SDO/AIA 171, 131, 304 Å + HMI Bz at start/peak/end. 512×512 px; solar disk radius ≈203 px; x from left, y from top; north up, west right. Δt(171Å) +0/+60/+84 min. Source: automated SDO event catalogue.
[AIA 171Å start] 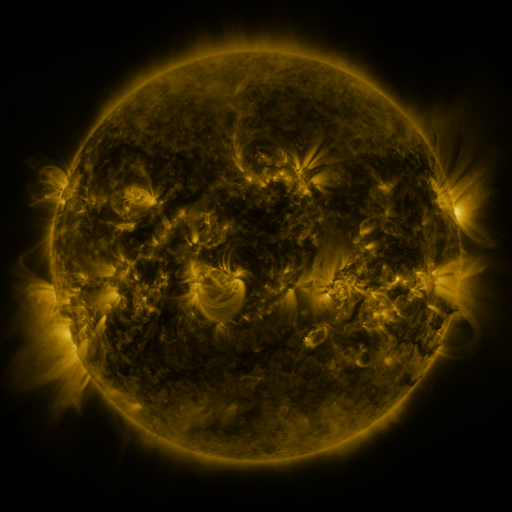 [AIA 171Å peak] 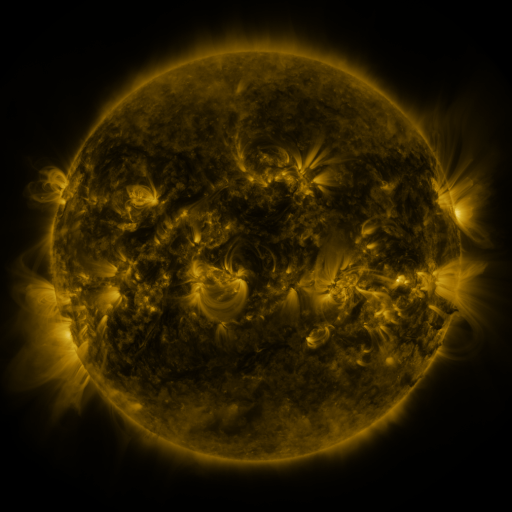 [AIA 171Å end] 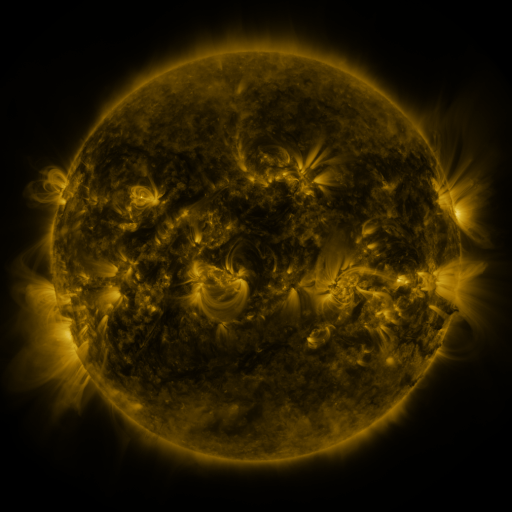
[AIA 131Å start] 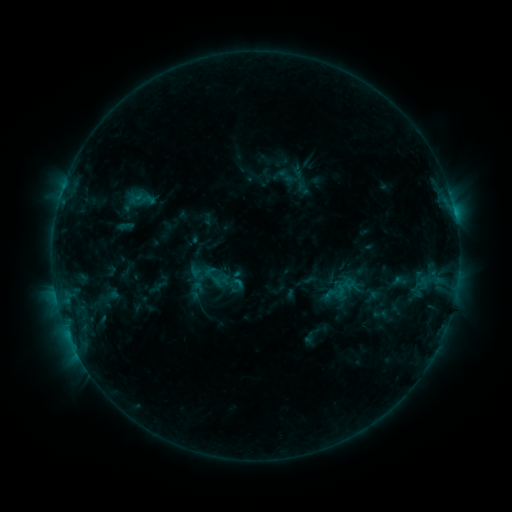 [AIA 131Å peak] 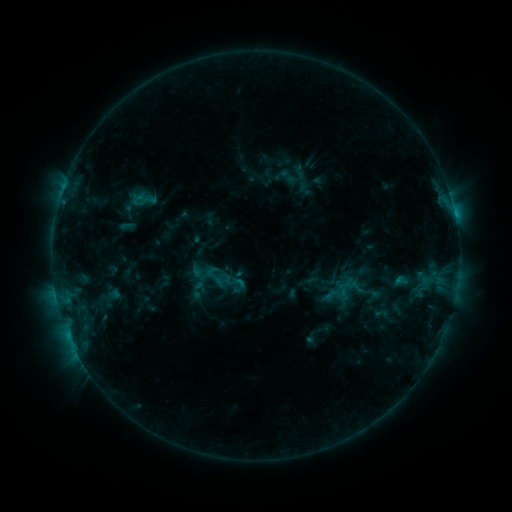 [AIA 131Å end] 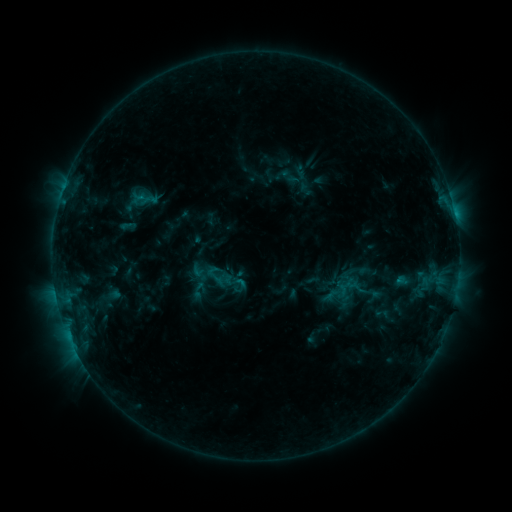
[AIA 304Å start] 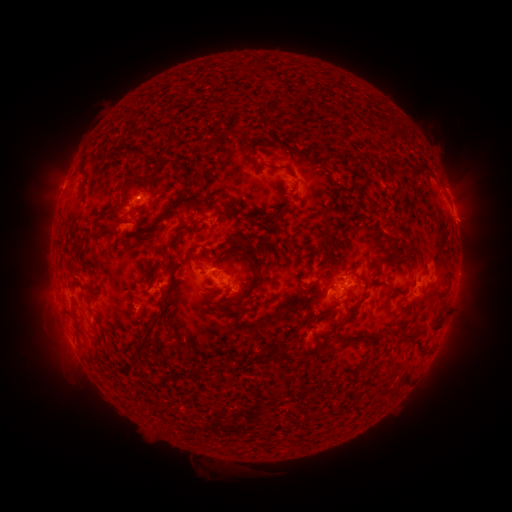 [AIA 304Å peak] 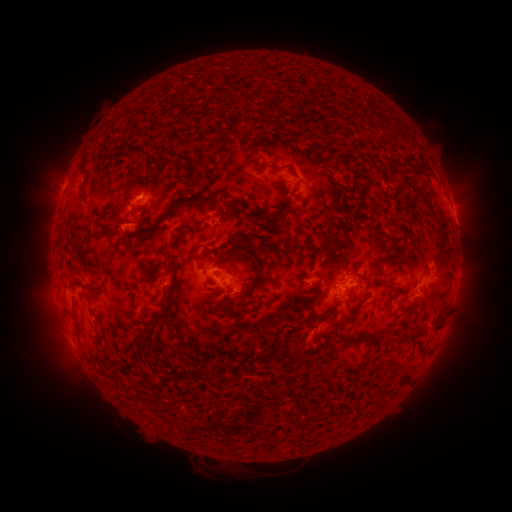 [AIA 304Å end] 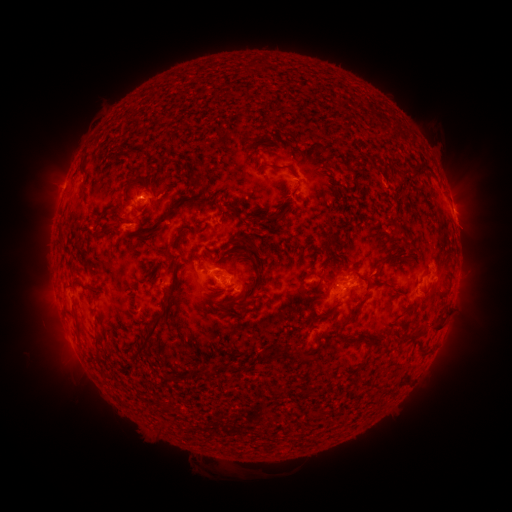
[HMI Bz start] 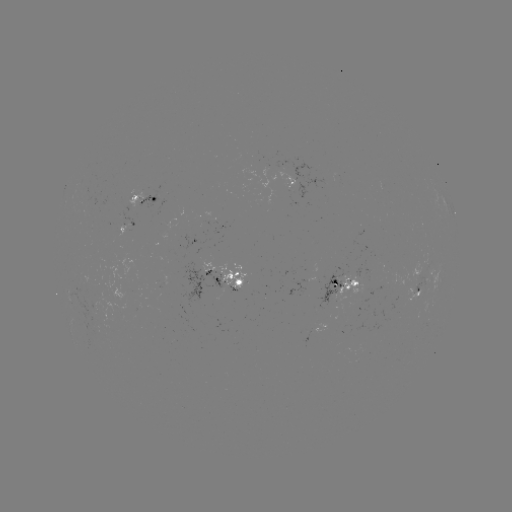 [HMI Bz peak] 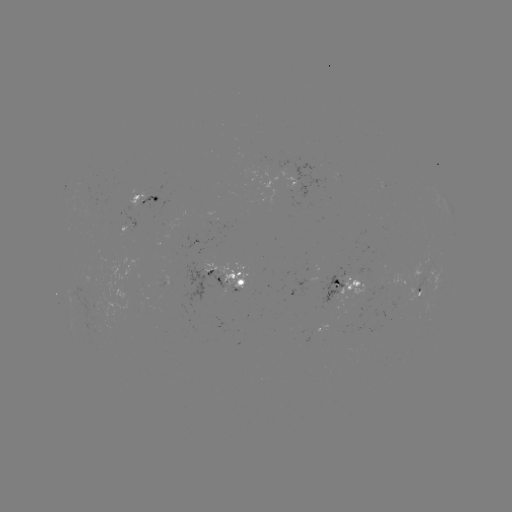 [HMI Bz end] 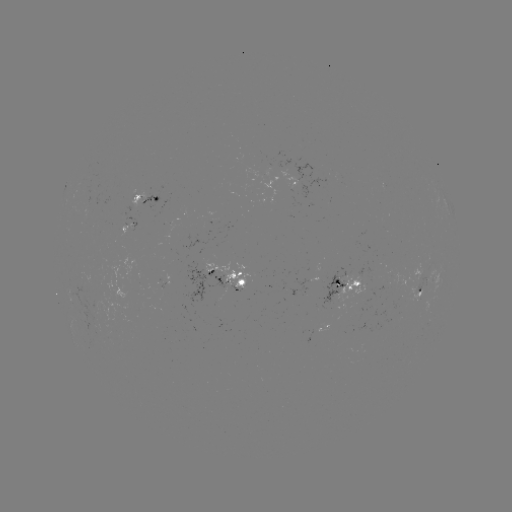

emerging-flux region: [86, 312, 100, 325]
